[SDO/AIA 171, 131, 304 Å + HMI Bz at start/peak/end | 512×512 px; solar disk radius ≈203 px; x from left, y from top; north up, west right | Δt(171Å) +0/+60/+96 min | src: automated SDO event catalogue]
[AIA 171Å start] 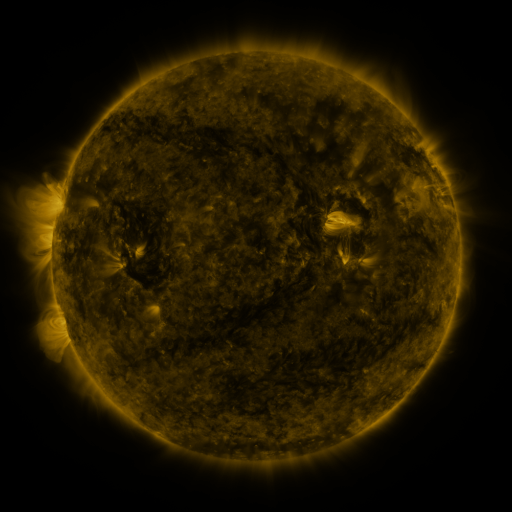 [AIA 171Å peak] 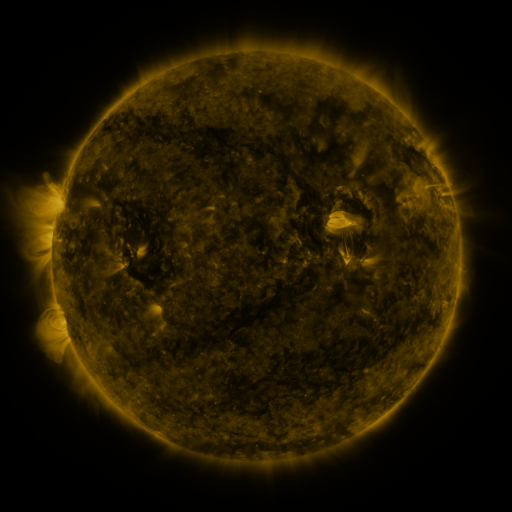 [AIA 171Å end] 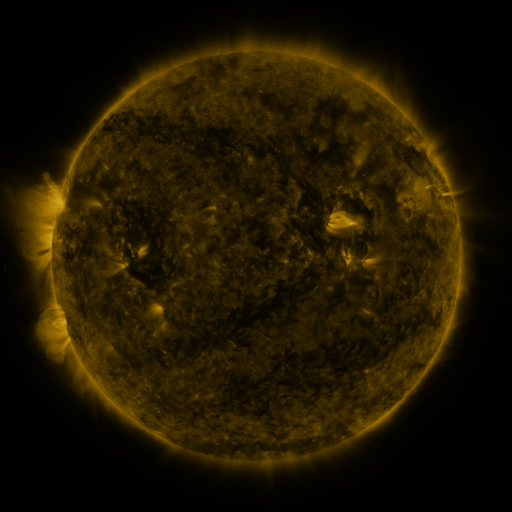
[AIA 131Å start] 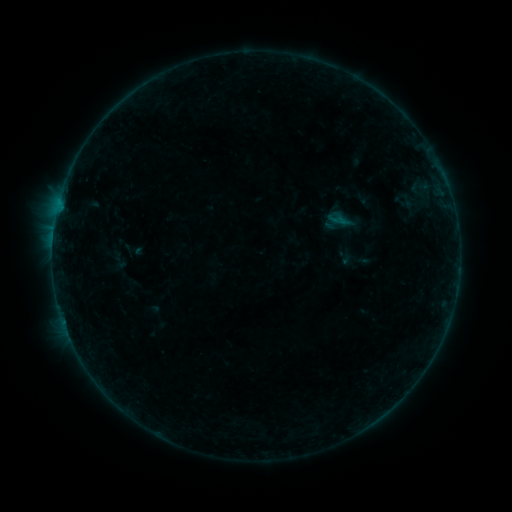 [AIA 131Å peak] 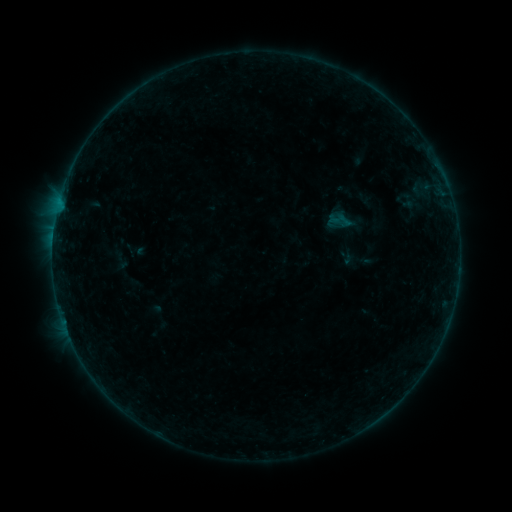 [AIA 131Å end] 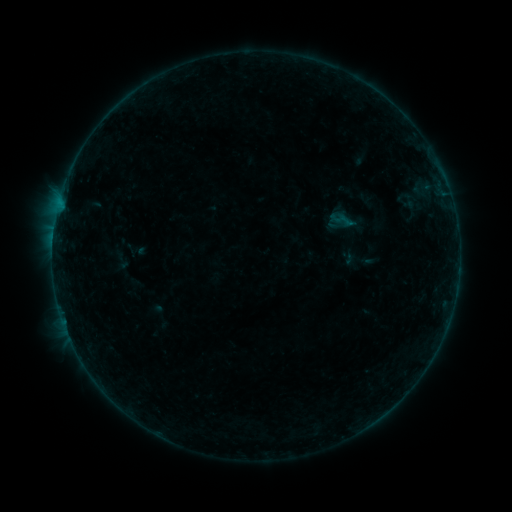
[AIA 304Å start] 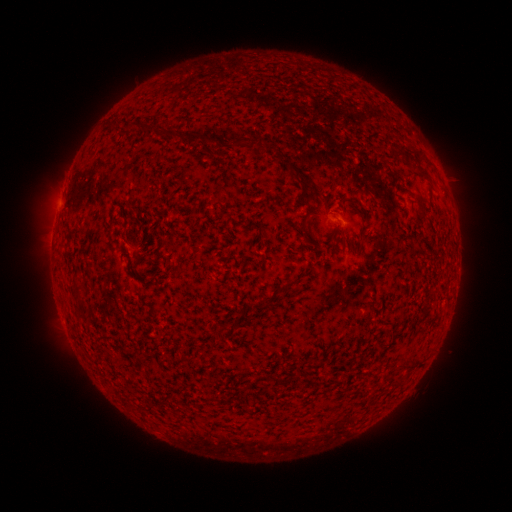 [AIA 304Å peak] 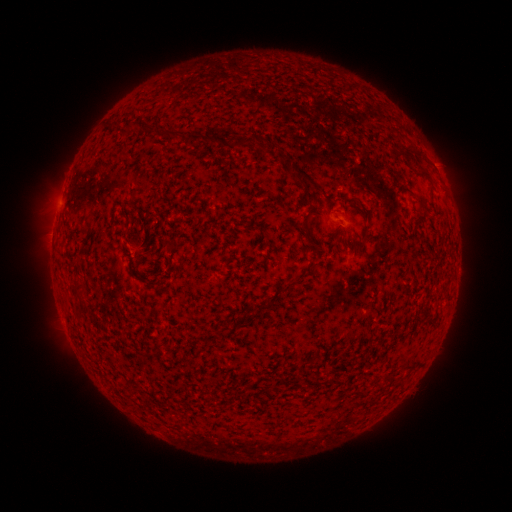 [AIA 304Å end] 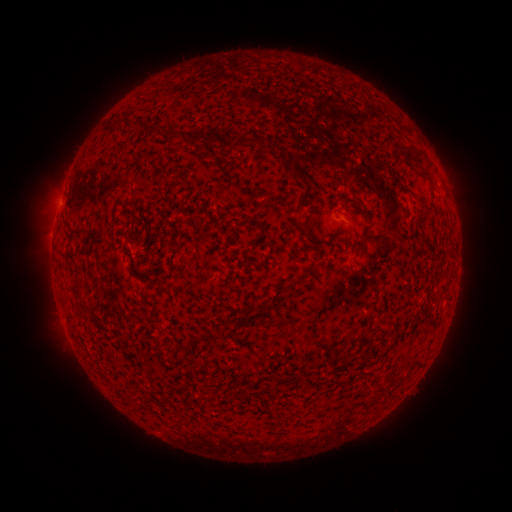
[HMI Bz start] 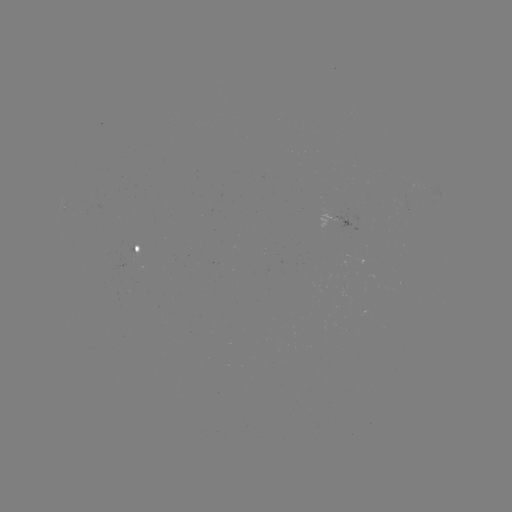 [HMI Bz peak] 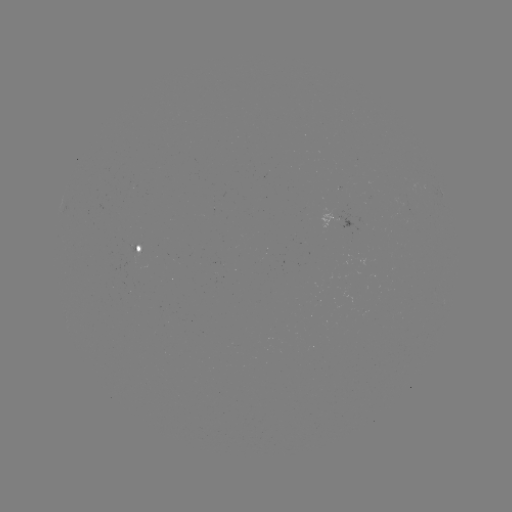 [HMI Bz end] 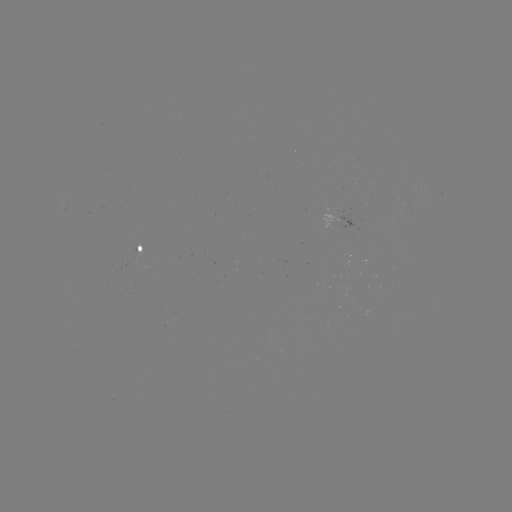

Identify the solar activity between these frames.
emerging-flux region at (403, 202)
